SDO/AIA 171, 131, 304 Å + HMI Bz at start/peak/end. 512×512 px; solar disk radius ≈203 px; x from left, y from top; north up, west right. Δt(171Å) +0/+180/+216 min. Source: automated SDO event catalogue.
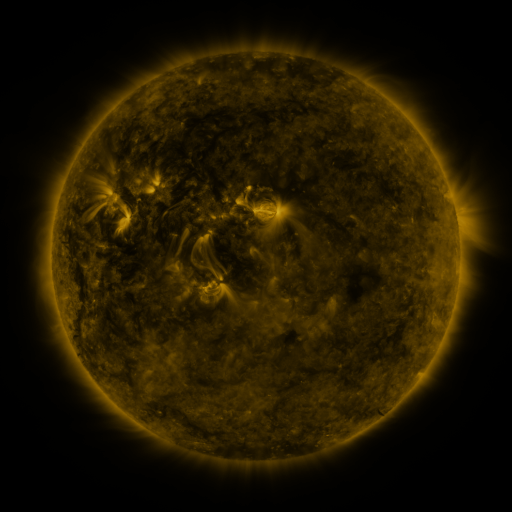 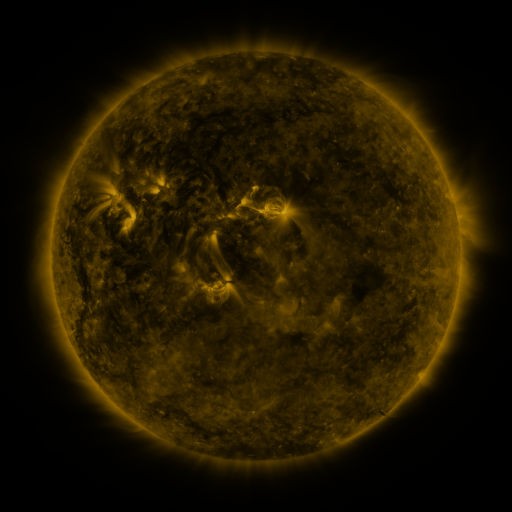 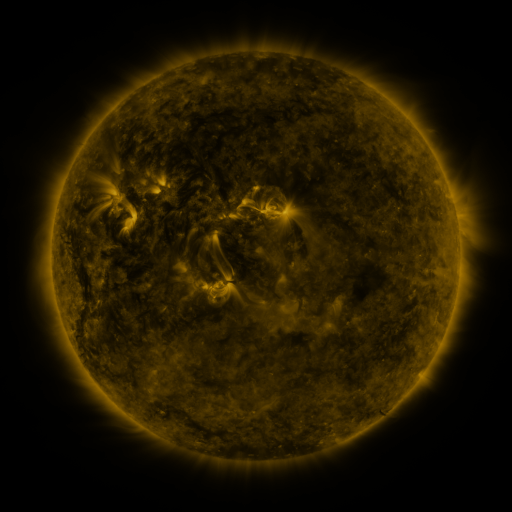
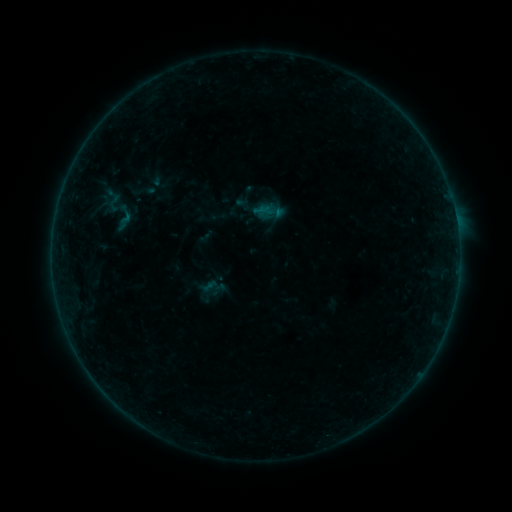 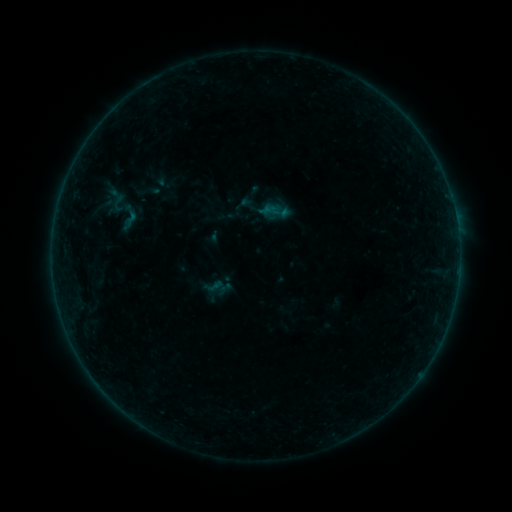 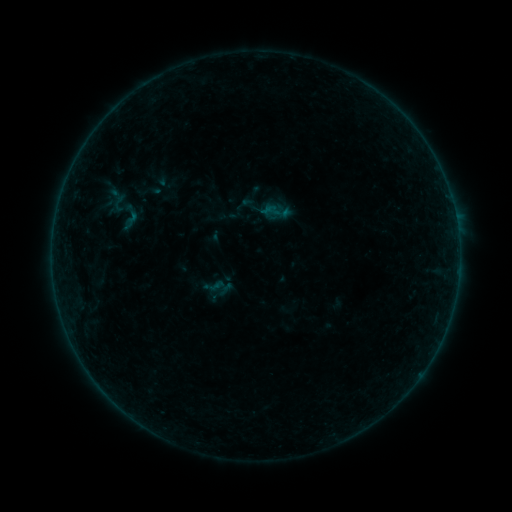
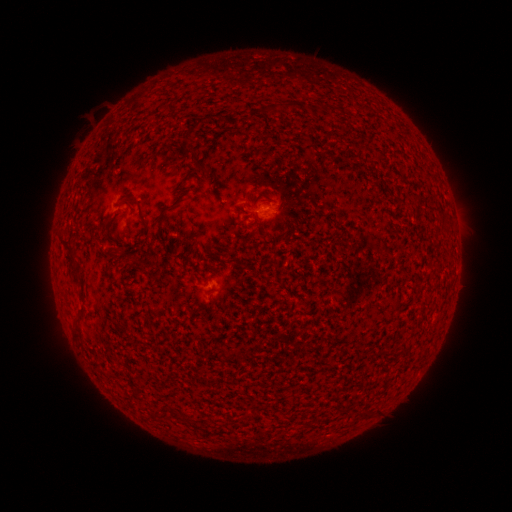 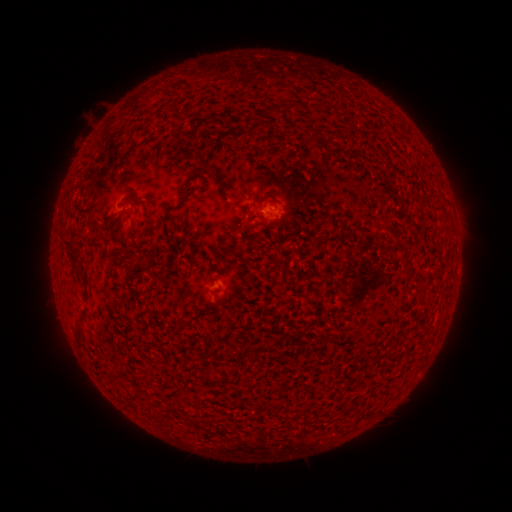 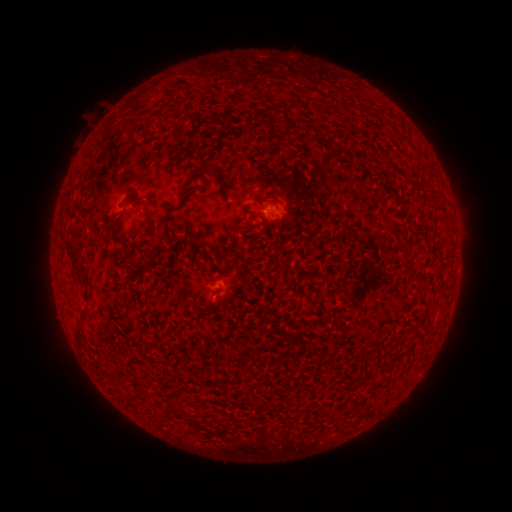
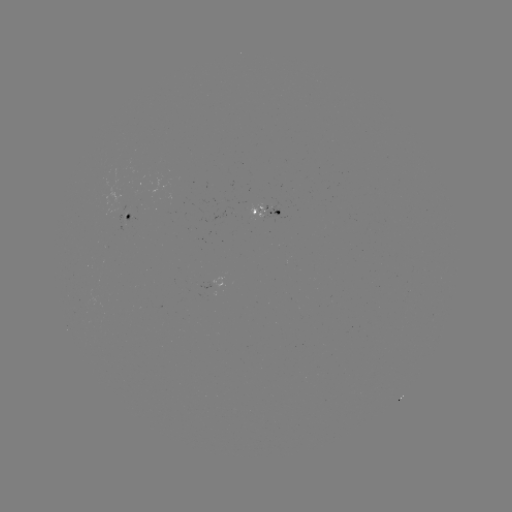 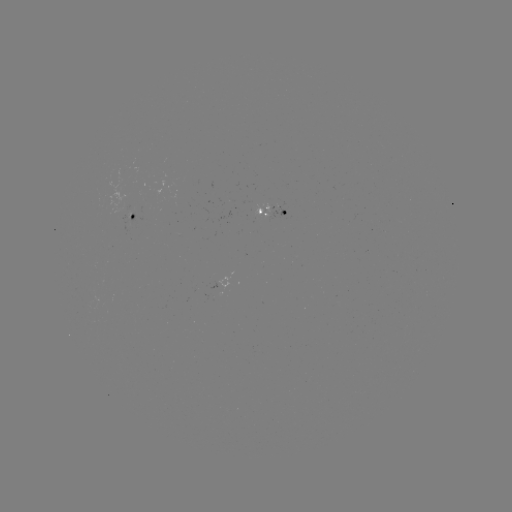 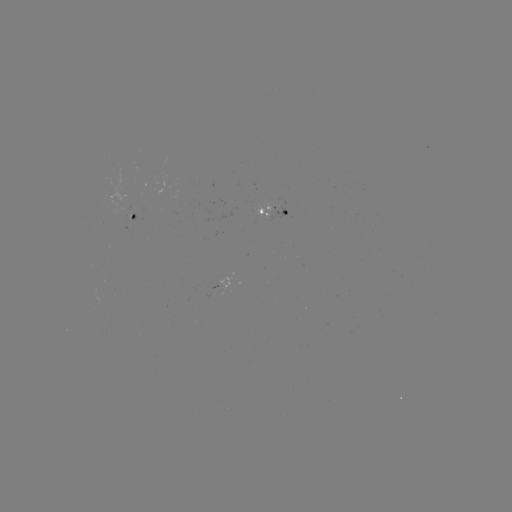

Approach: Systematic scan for emerging-flux region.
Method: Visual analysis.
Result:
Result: emerging-flux region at (262, 210).